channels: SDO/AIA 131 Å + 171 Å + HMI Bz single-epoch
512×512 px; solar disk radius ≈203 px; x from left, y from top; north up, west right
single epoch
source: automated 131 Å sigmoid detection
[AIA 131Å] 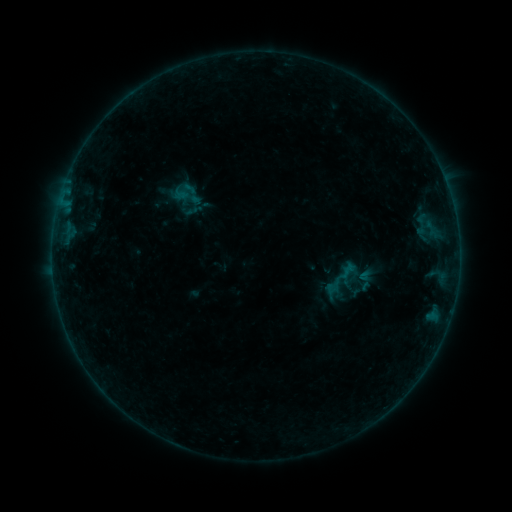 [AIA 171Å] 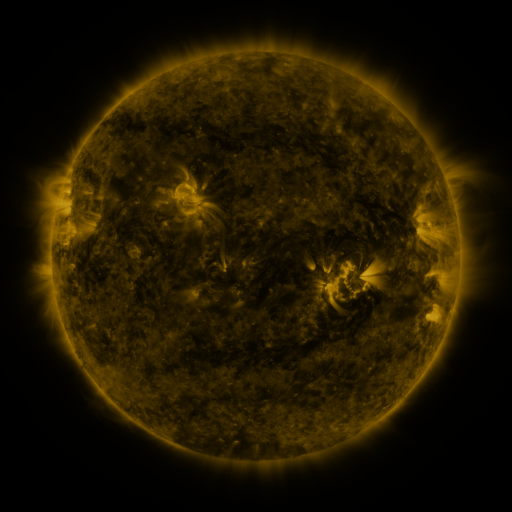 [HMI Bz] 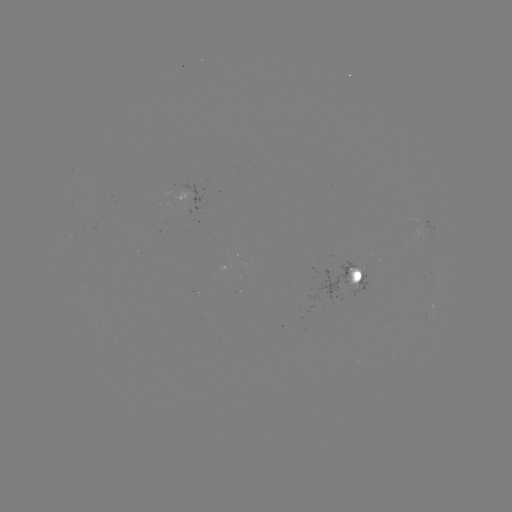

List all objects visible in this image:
sigmoid: (184, 191)
